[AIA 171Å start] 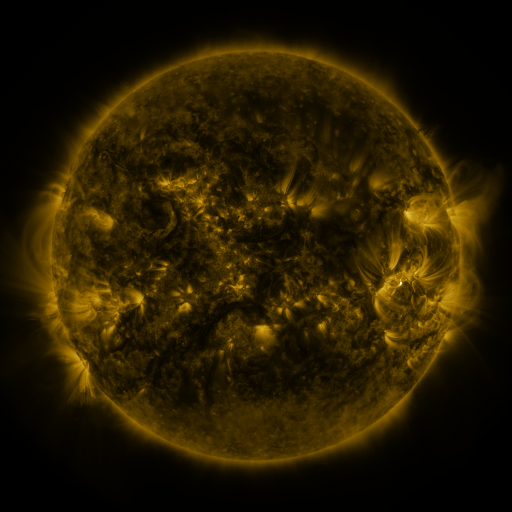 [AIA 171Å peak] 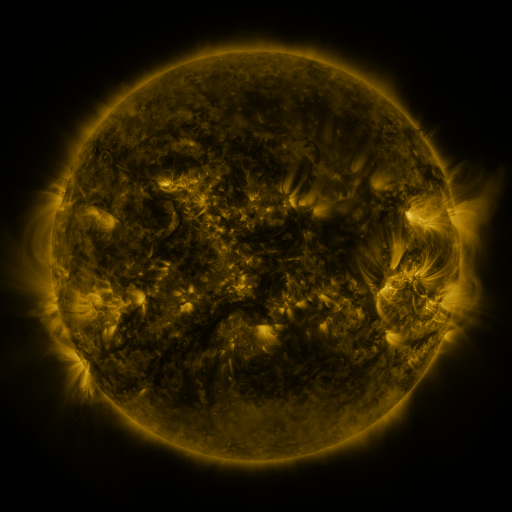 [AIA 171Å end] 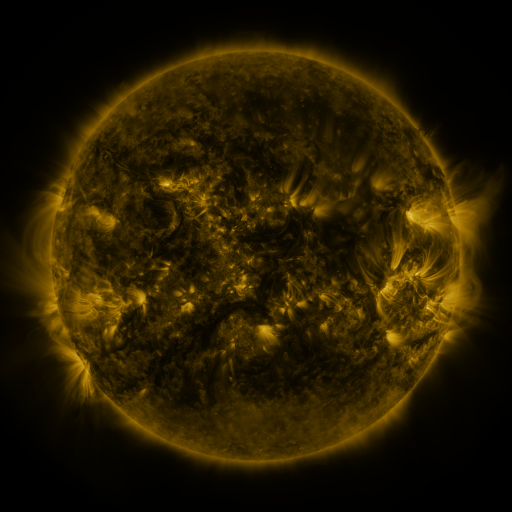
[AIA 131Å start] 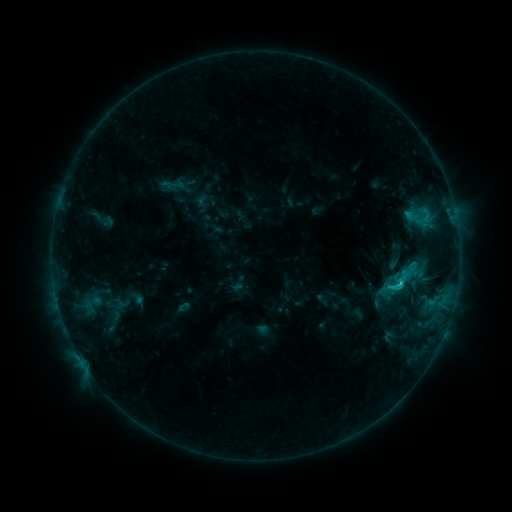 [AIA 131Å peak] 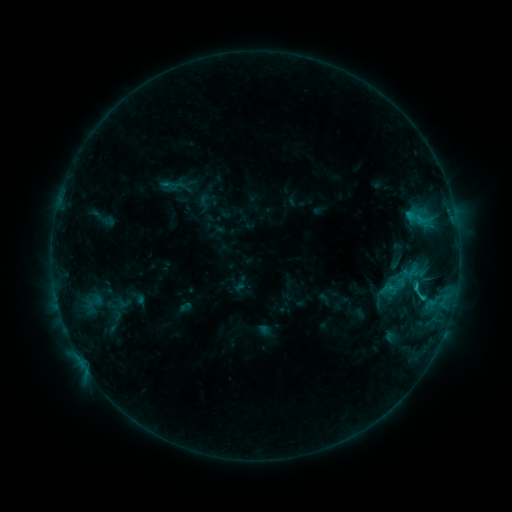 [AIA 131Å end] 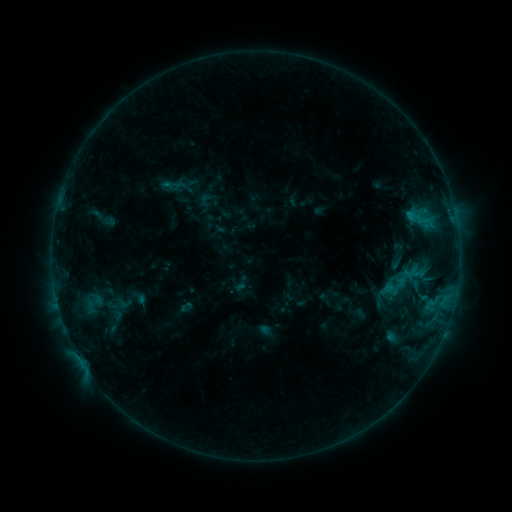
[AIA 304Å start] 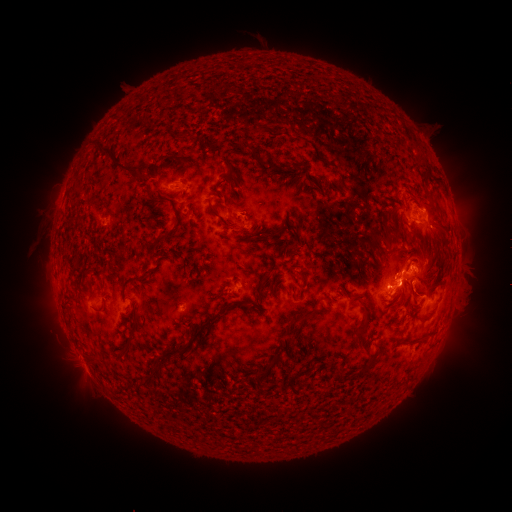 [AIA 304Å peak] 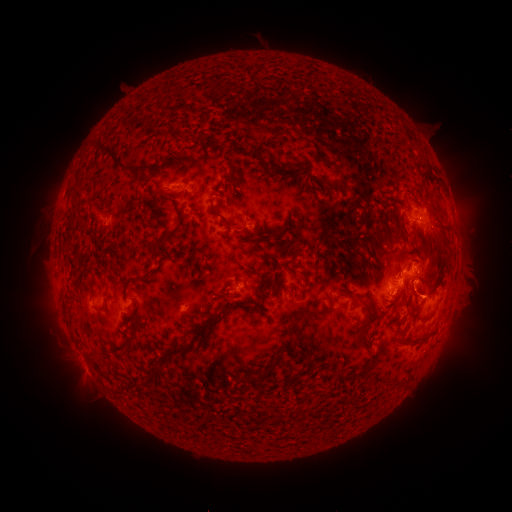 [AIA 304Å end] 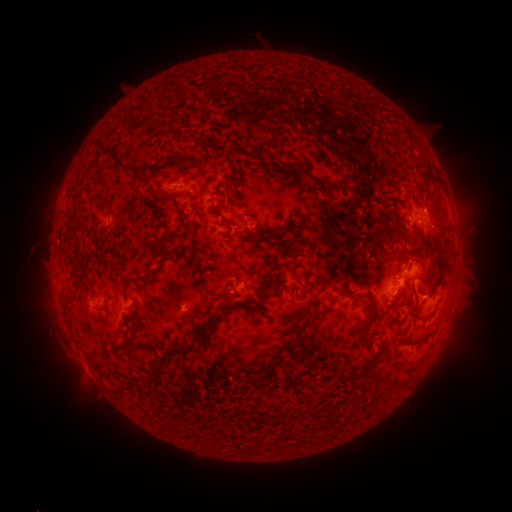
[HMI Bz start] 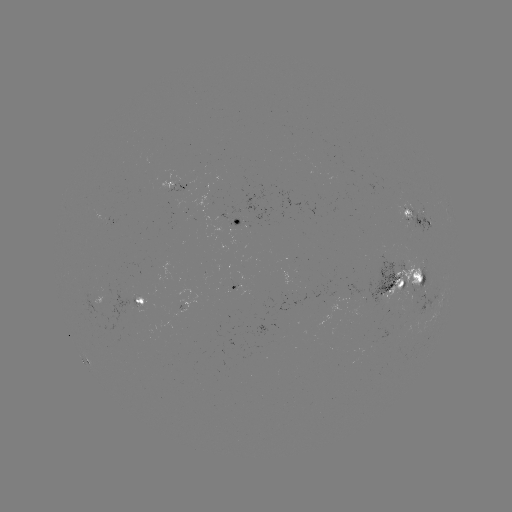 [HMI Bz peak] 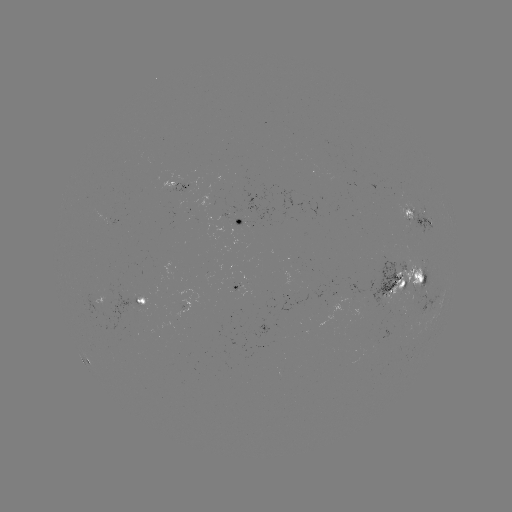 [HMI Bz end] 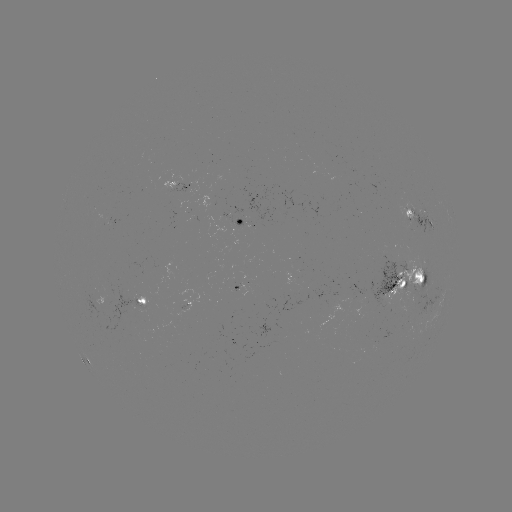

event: emerging-flux region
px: (248, 222)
